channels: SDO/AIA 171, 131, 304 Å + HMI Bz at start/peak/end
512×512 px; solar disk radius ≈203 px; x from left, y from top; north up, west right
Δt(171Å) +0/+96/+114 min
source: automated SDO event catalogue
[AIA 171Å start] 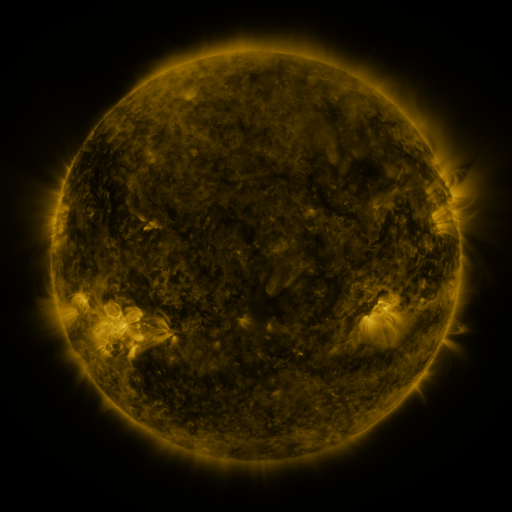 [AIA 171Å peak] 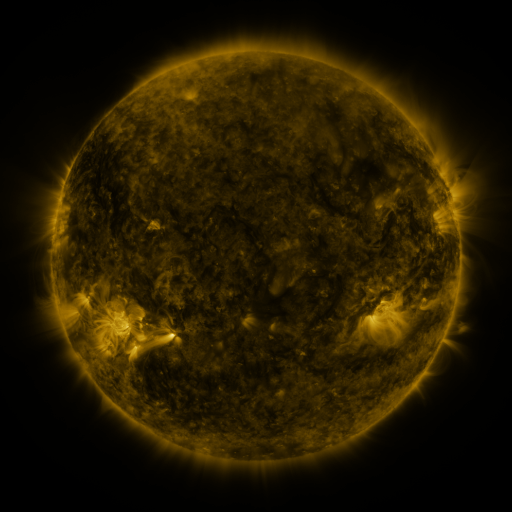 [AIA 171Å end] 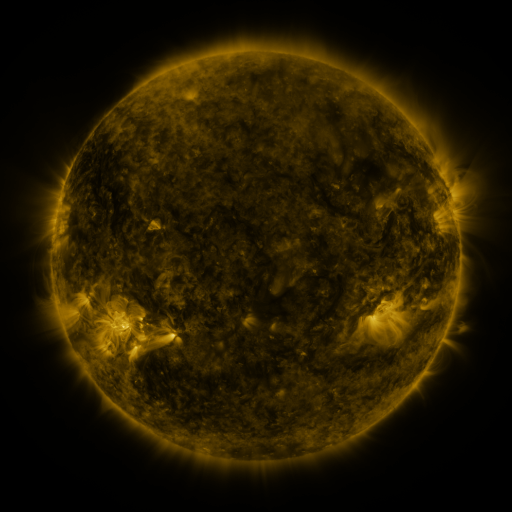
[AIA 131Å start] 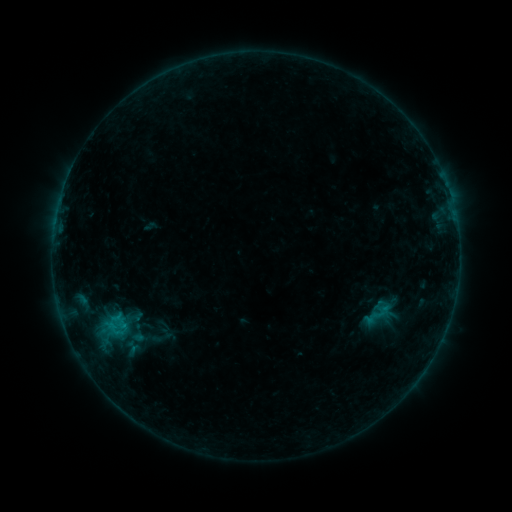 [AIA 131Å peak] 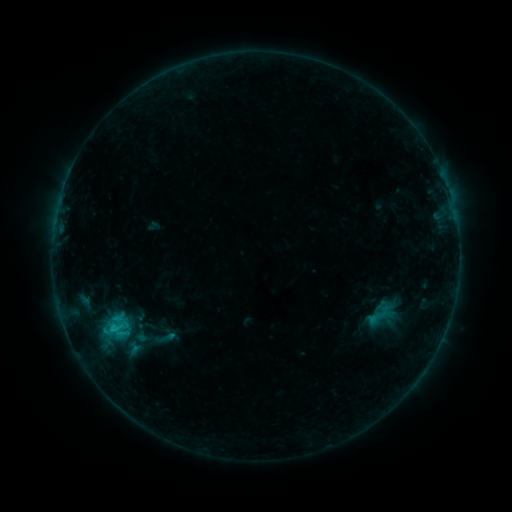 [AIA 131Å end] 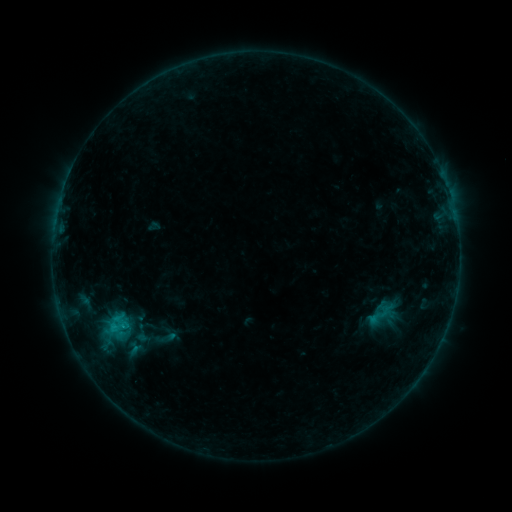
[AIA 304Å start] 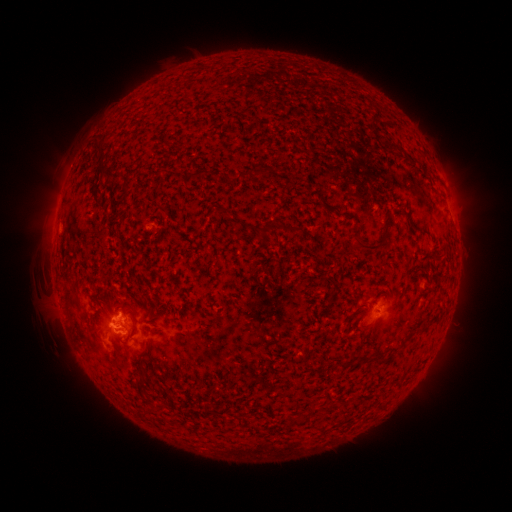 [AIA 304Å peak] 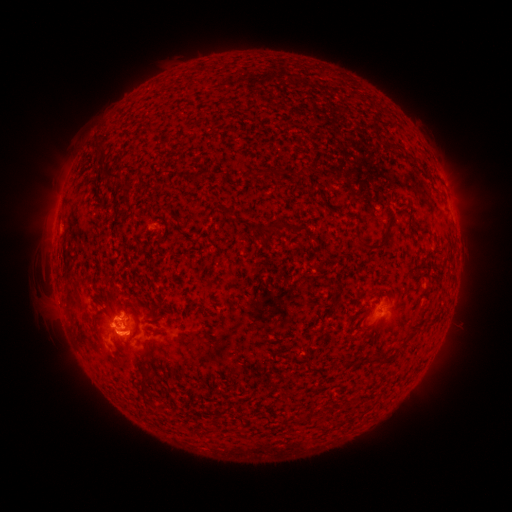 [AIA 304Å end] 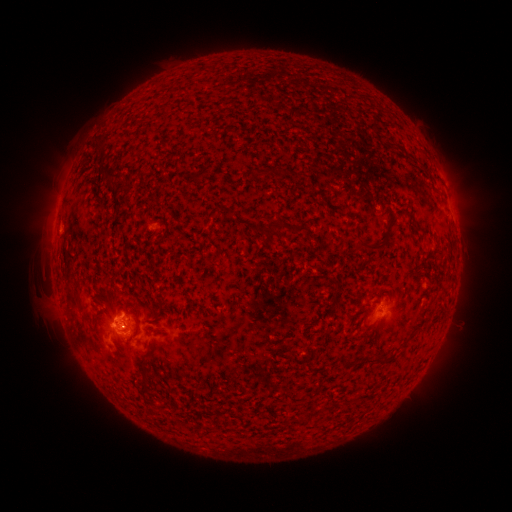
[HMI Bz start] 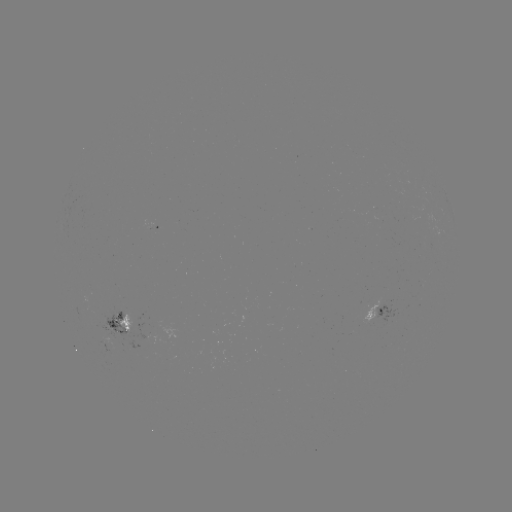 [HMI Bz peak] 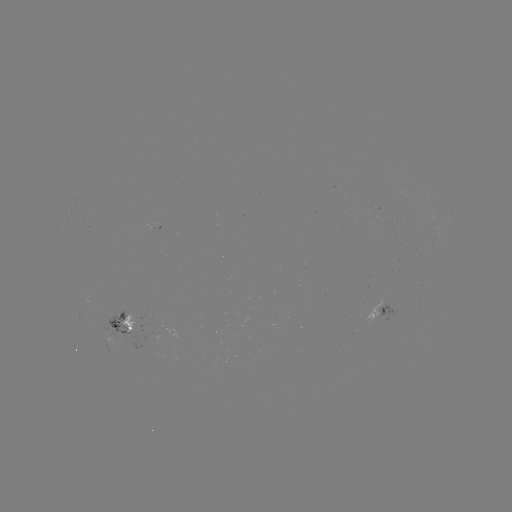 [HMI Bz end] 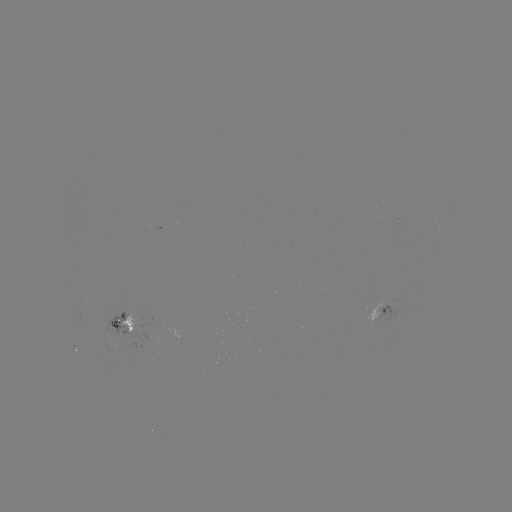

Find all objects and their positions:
C1.1 flare: (112, 327)
